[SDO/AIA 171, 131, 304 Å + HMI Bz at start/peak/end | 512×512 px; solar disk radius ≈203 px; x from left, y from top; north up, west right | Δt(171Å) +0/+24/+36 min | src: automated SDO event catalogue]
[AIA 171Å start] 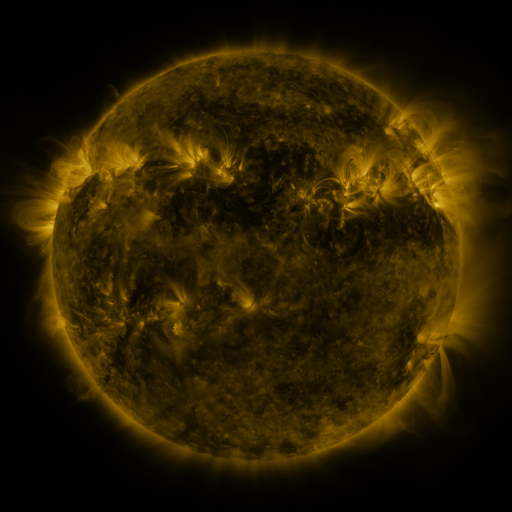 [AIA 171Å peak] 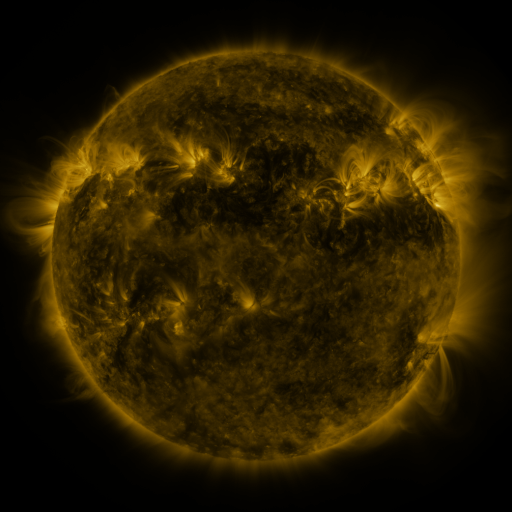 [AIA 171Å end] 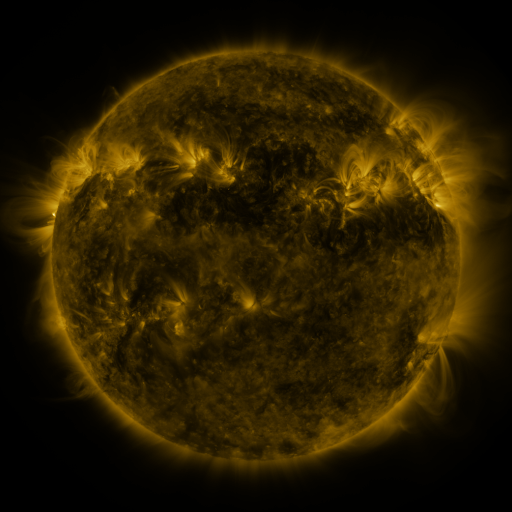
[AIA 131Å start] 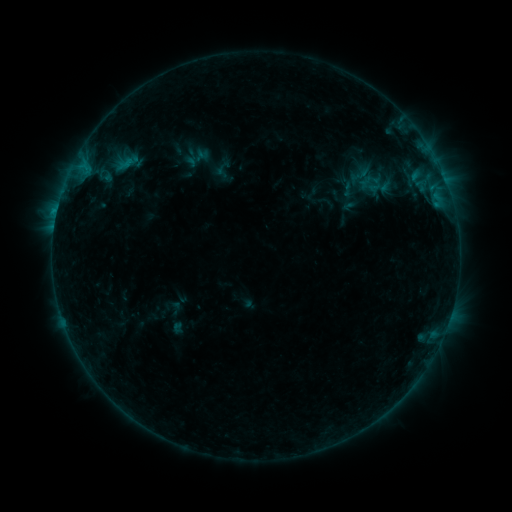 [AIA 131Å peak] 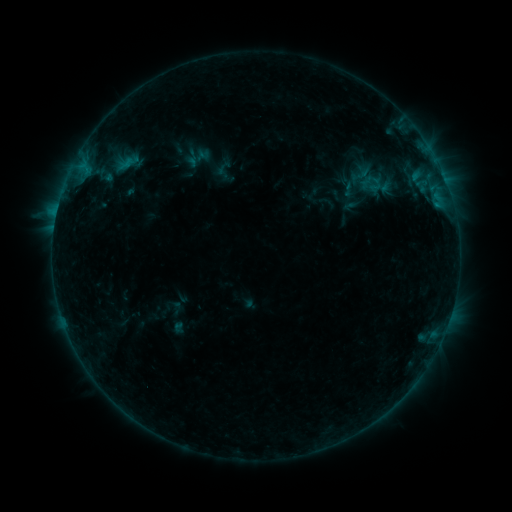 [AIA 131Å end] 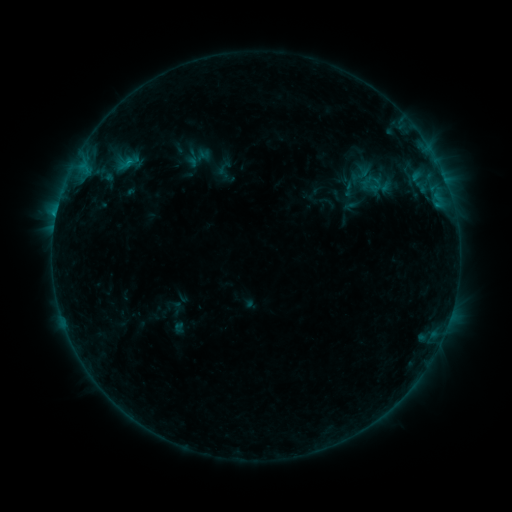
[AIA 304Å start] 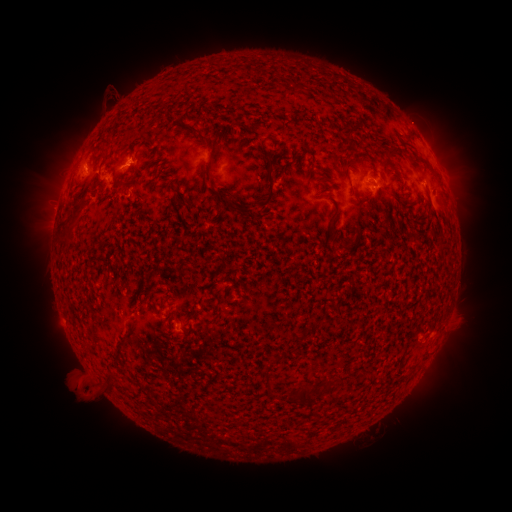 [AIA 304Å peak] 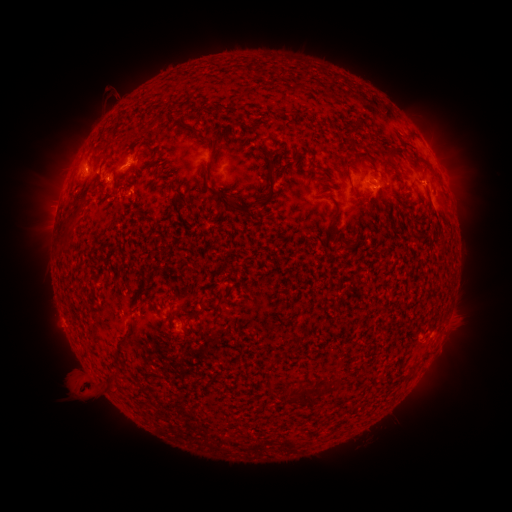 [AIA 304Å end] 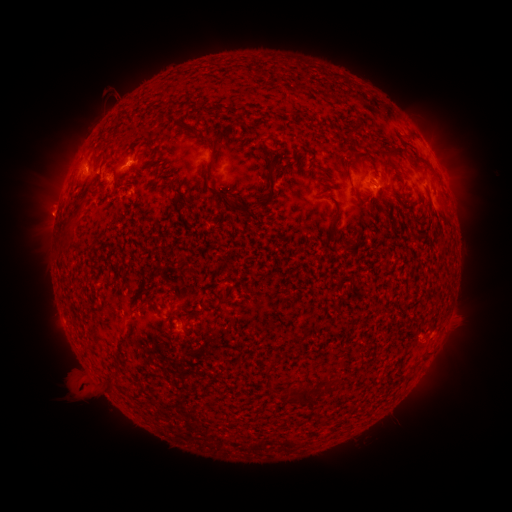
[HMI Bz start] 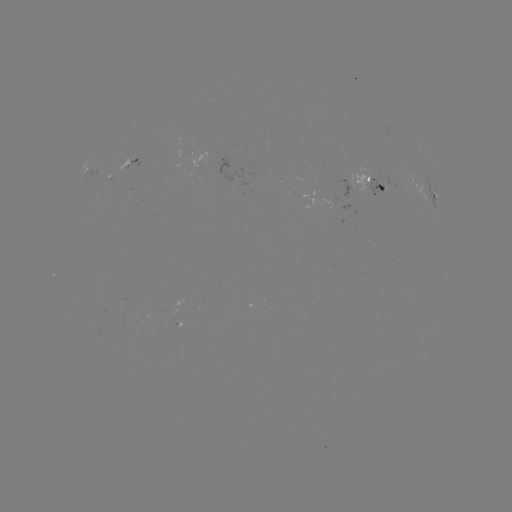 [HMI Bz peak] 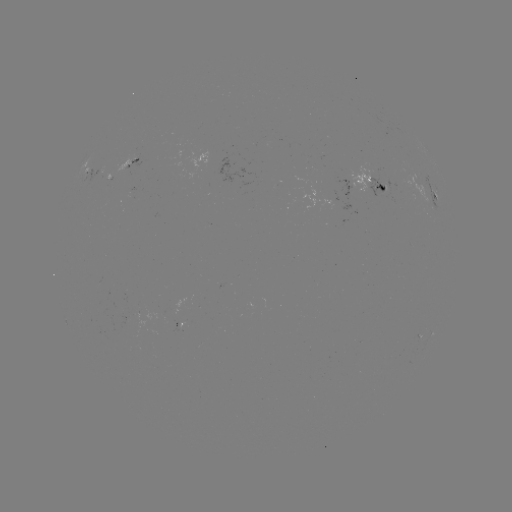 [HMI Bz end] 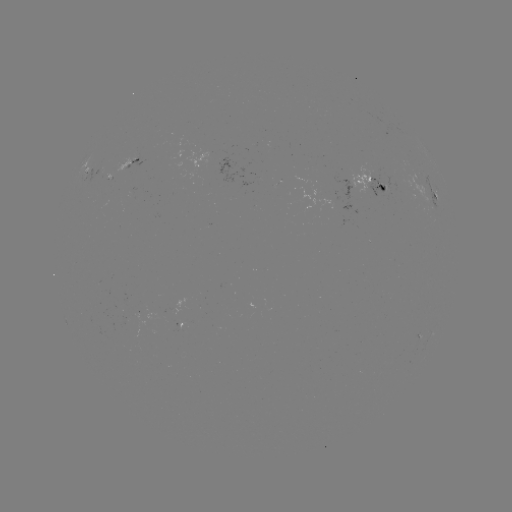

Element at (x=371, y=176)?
emerging-flux region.